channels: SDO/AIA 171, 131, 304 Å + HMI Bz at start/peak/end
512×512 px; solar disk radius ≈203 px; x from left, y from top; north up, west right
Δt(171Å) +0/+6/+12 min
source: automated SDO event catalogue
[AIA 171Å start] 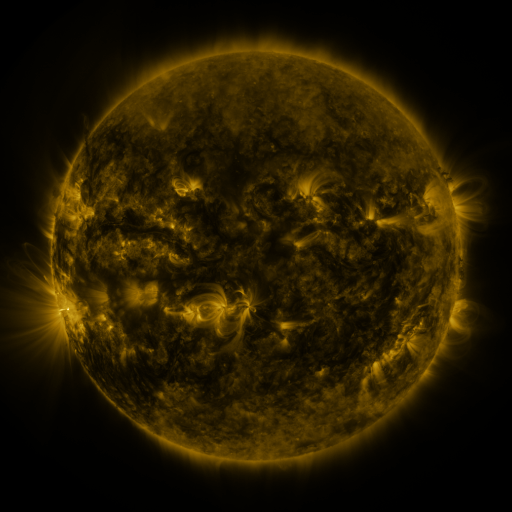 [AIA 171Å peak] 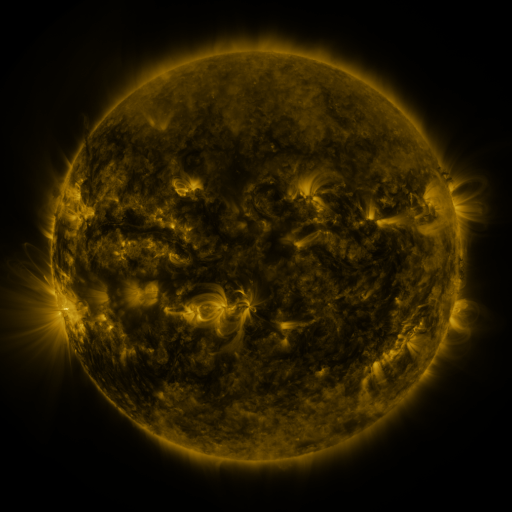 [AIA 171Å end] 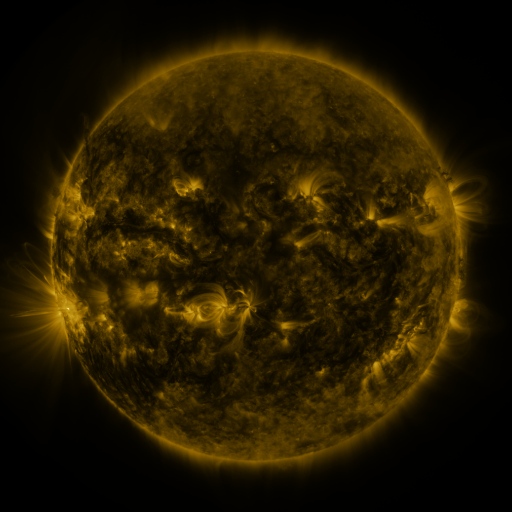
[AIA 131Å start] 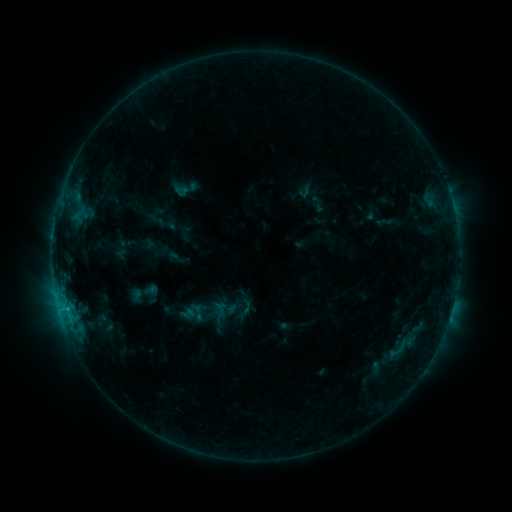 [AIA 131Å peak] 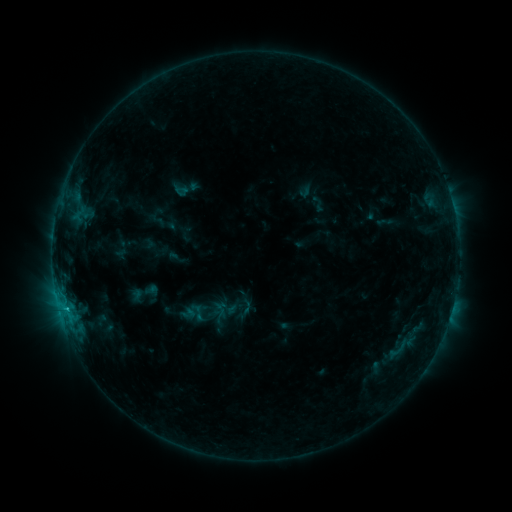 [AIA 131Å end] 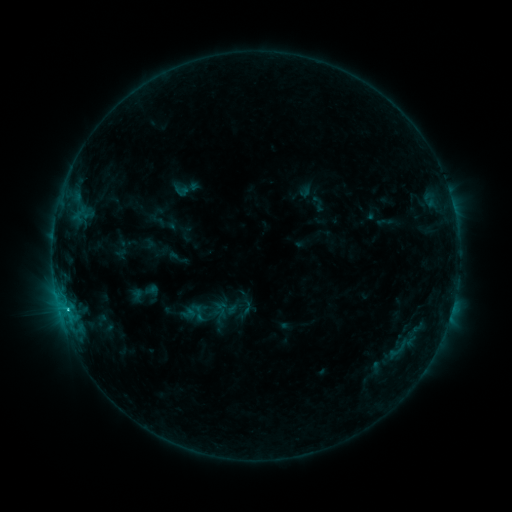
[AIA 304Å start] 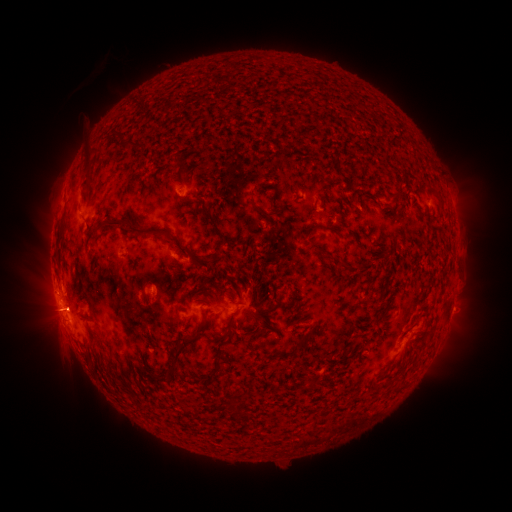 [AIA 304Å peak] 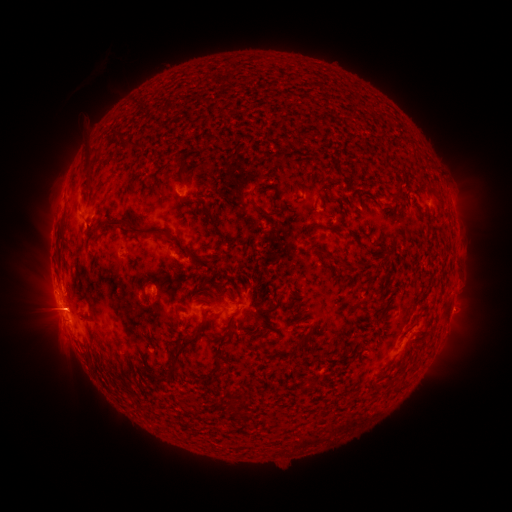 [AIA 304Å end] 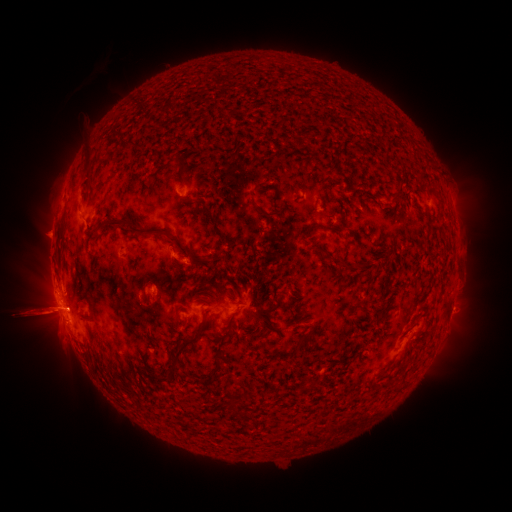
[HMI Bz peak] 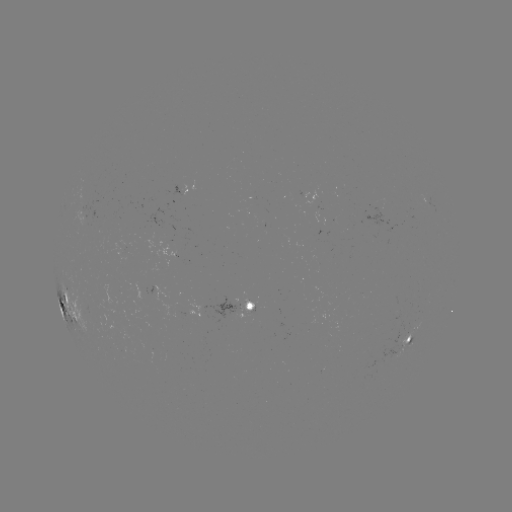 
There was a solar eruption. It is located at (126, 314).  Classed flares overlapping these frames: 1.